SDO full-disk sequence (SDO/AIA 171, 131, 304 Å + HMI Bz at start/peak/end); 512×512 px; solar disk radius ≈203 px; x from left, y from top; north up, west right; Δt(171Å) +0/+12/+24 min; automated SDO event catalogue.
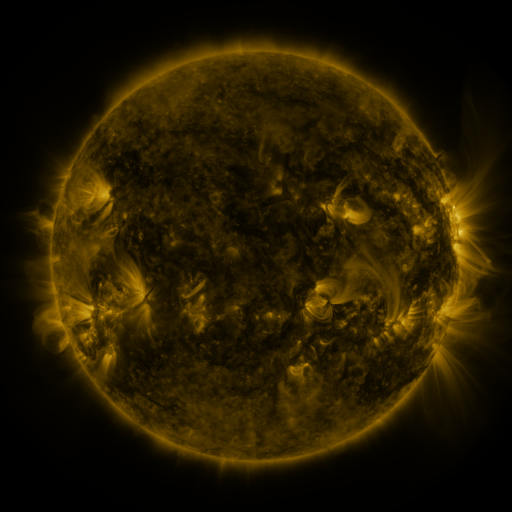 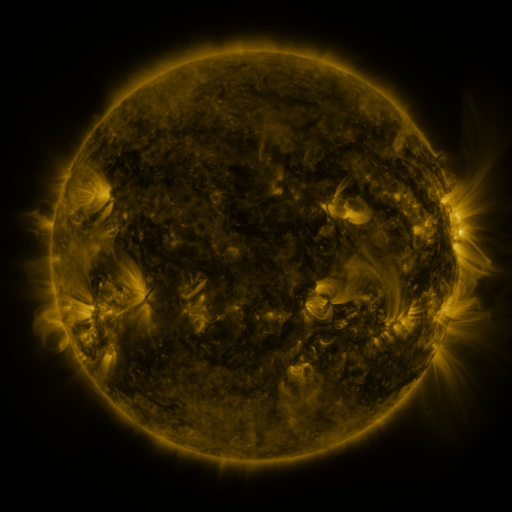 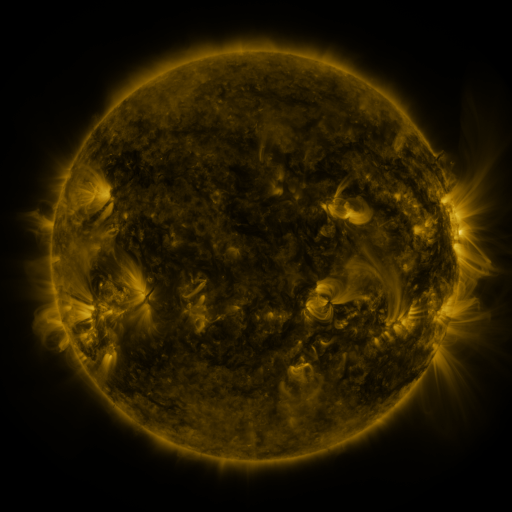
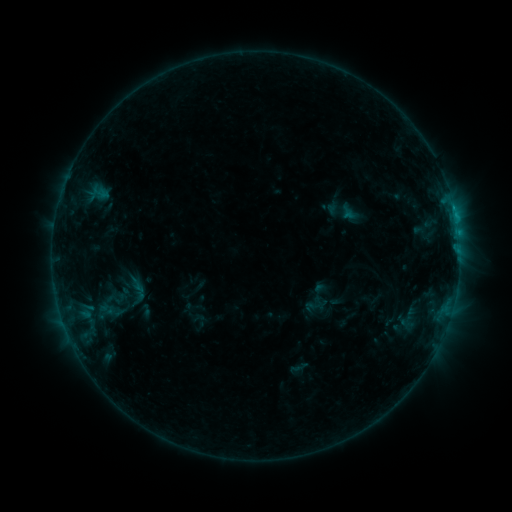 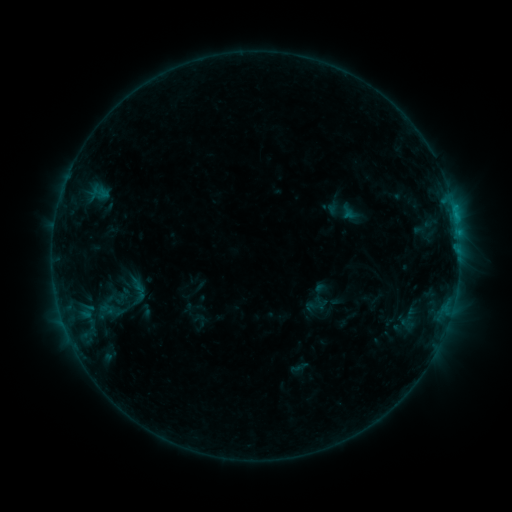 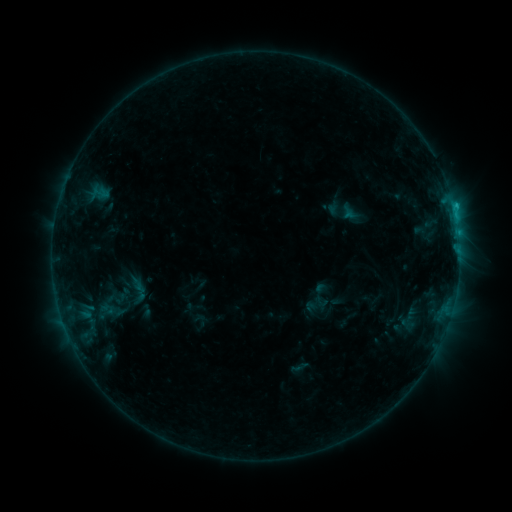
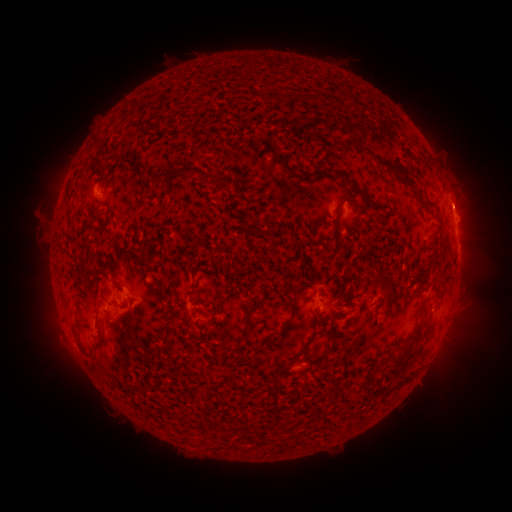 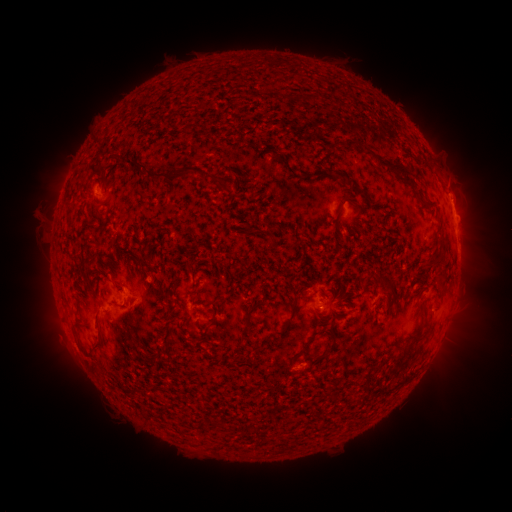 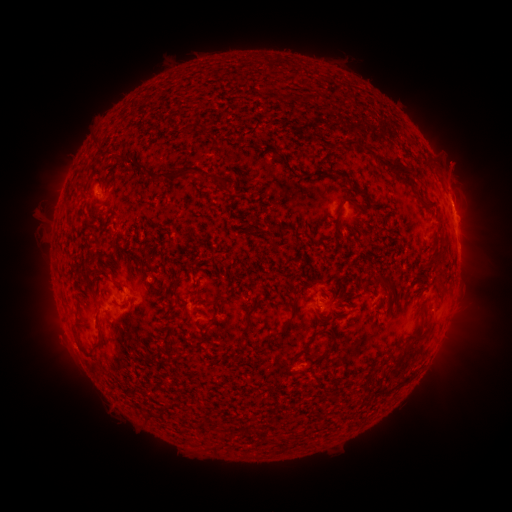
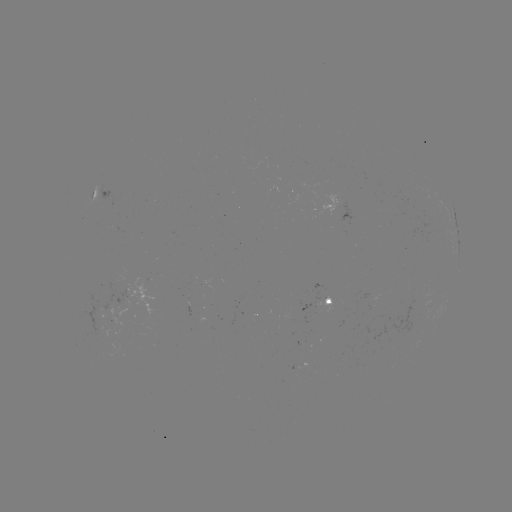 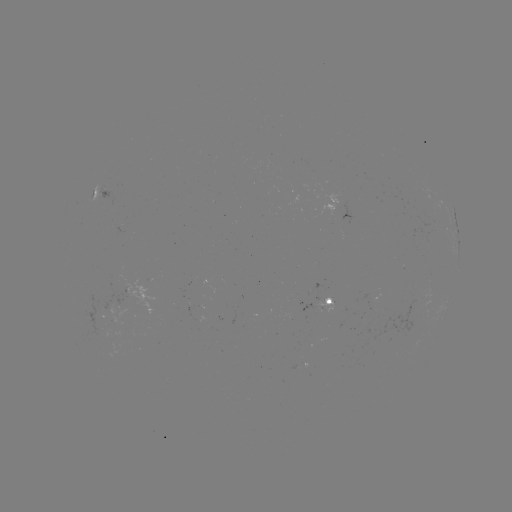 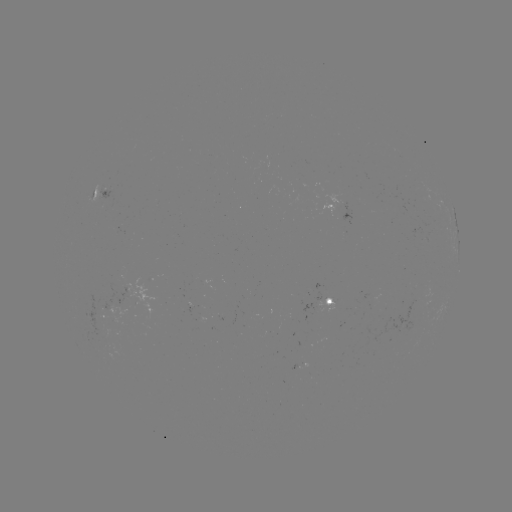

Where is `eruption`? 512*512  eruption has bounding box [432, 153, 489, 224].